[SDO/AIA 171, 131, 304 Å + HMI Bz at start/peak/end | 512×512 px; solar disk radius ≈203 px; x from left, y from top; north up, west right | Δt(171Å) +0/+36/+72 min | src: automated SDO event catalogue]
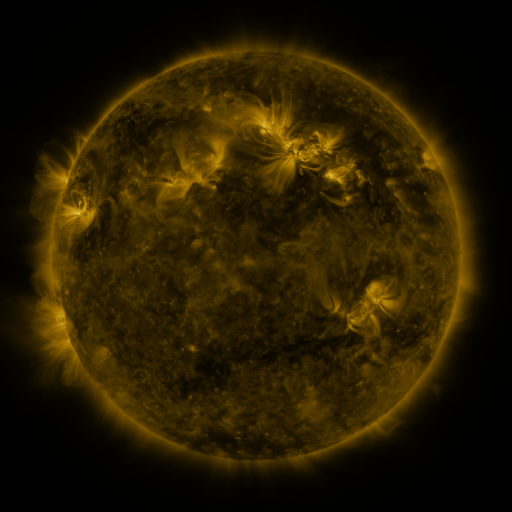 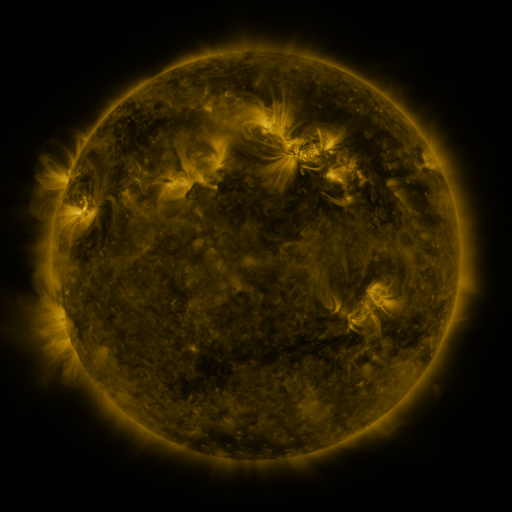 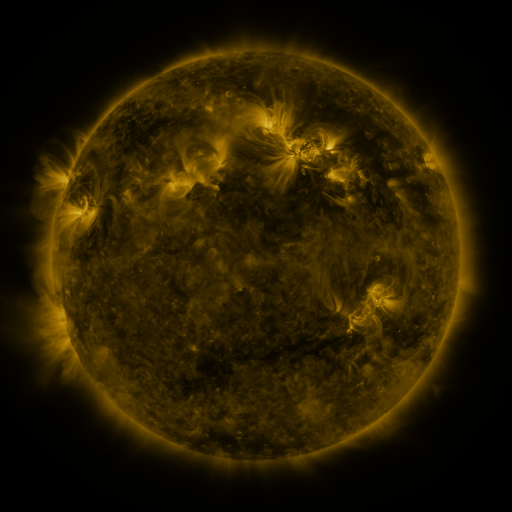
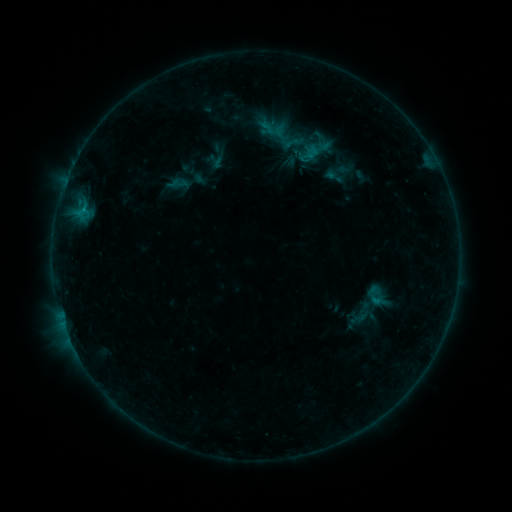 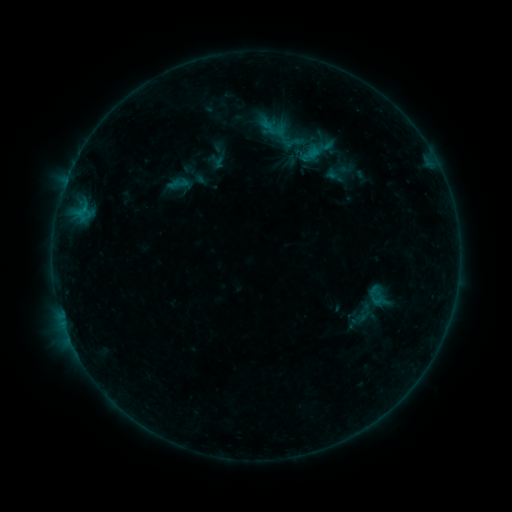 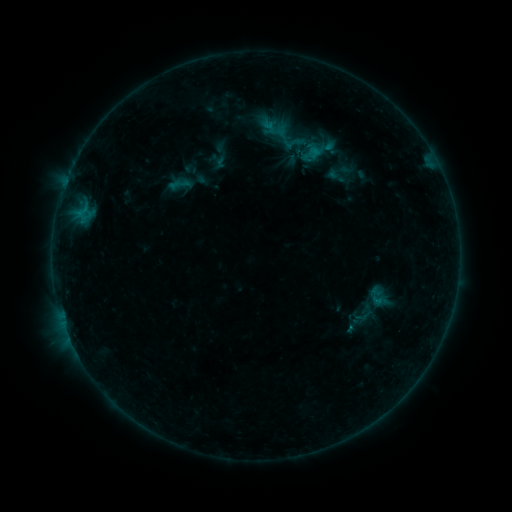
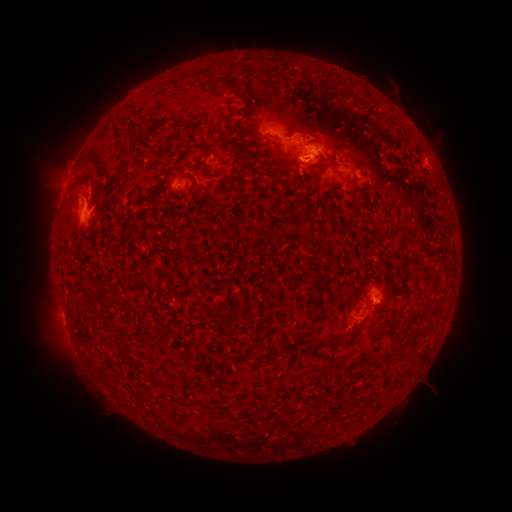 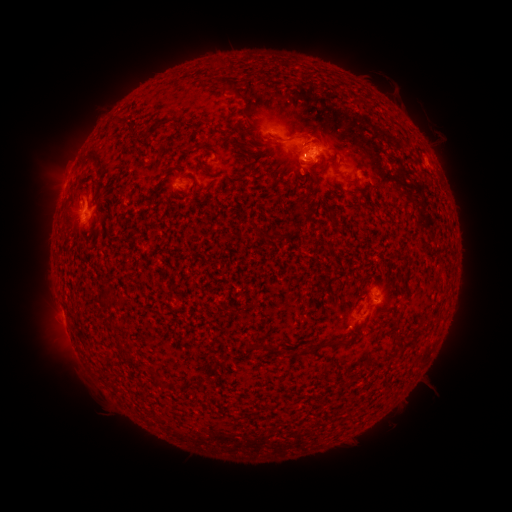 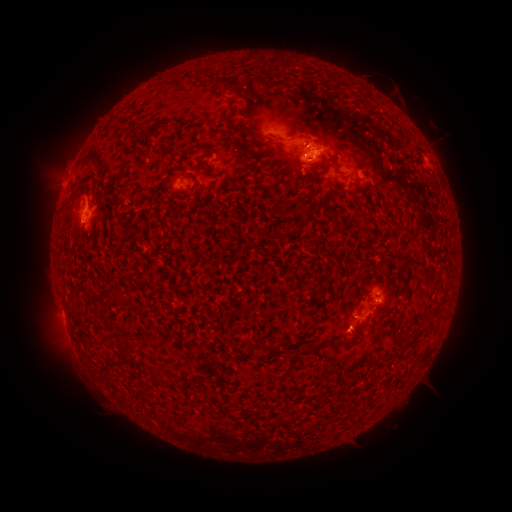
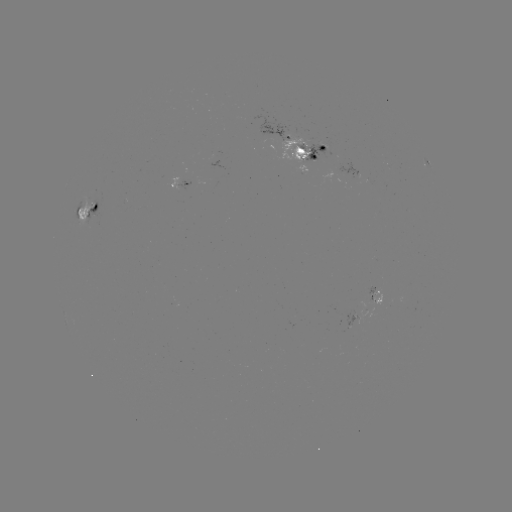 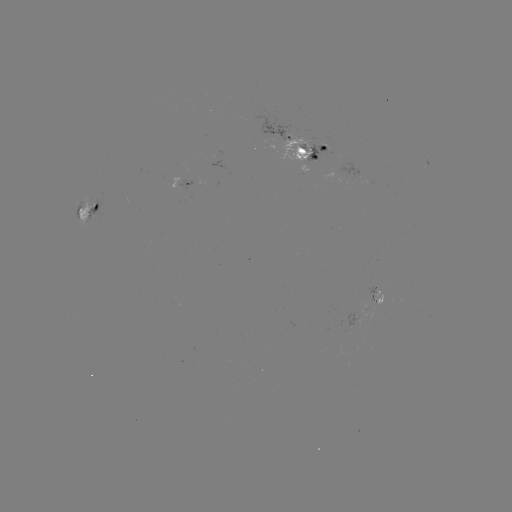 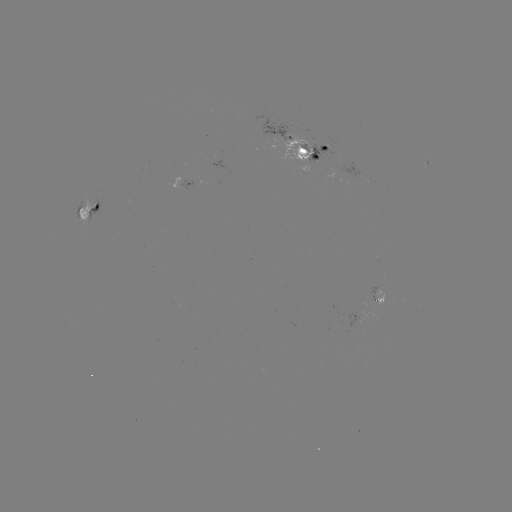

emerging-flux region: [86, 200, 99, 221]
